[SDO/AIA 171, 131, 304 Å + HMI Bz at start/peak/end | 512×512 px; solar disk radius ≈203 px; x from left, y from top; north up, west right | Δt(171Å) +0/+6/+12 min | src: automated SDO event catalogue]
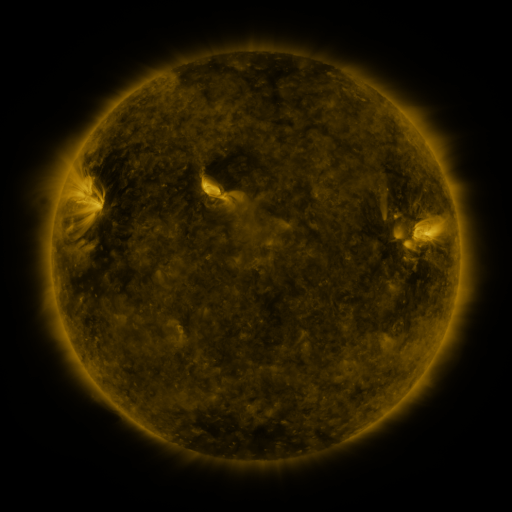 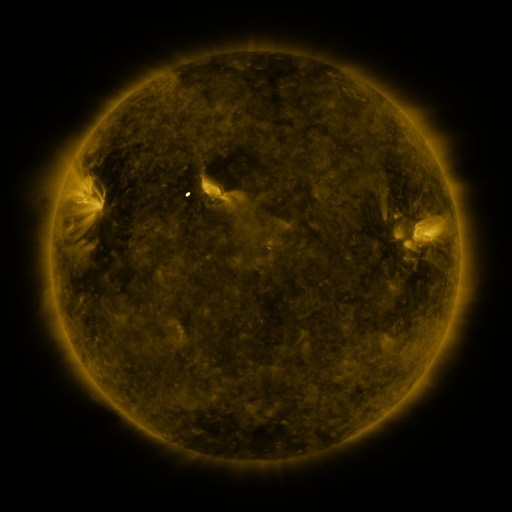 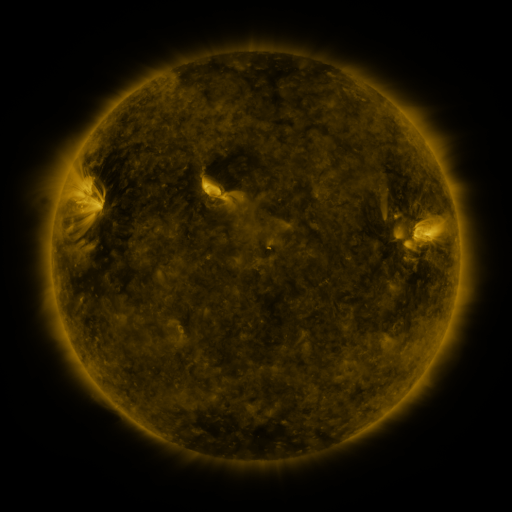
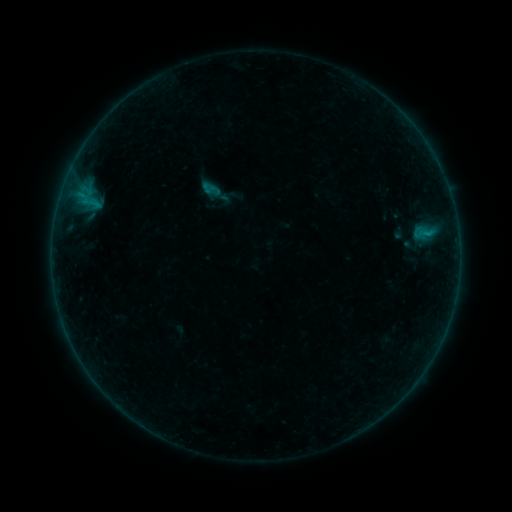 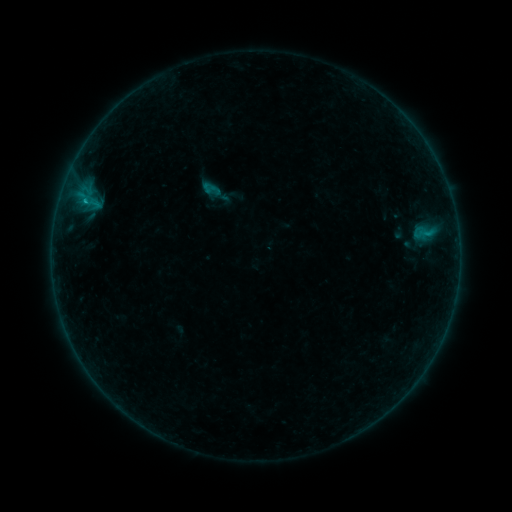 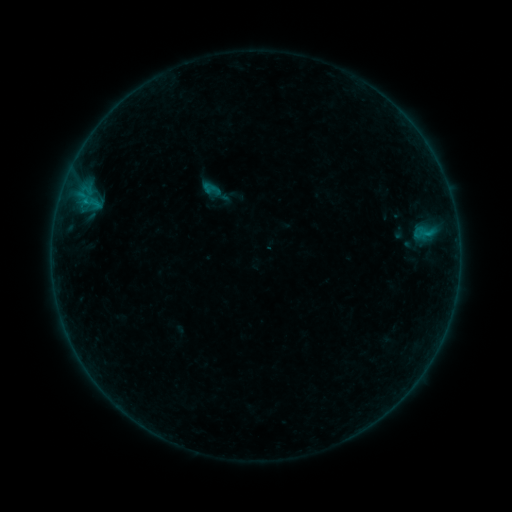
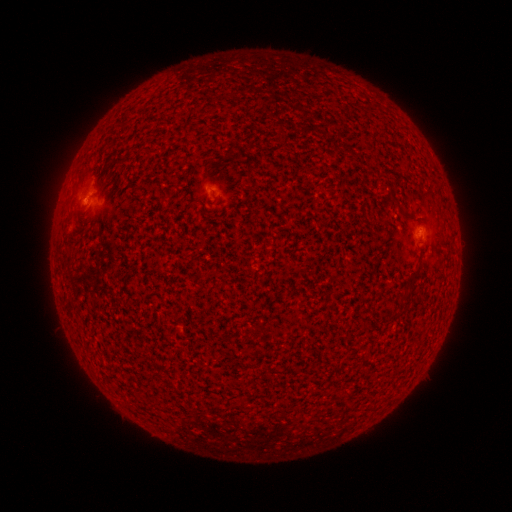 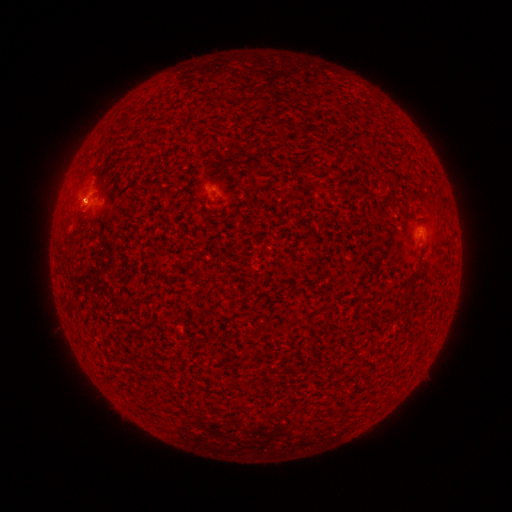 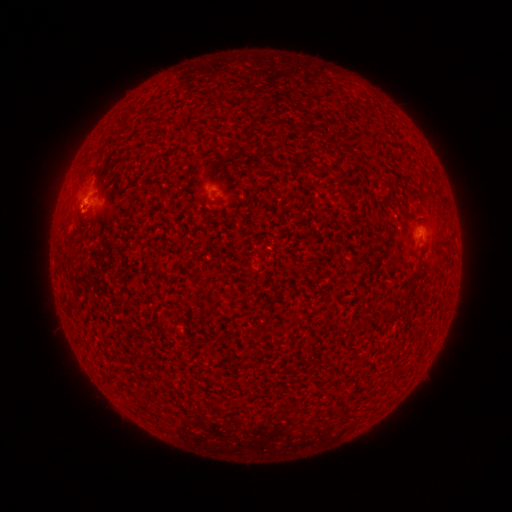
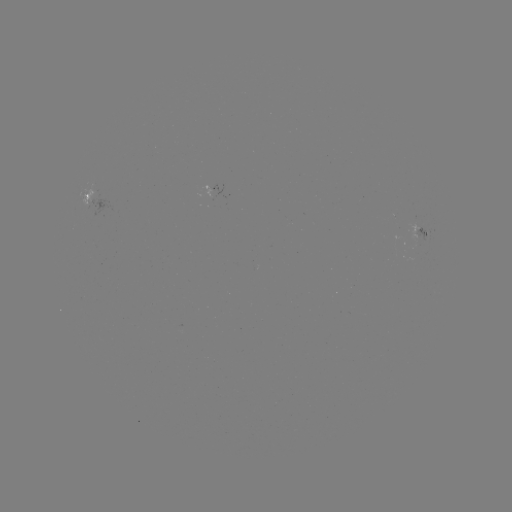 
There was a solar flare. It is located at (86, 204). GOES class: B1.9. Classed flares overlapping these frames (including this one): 1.